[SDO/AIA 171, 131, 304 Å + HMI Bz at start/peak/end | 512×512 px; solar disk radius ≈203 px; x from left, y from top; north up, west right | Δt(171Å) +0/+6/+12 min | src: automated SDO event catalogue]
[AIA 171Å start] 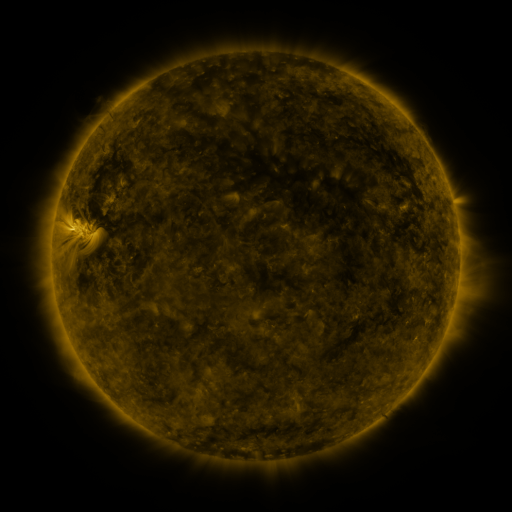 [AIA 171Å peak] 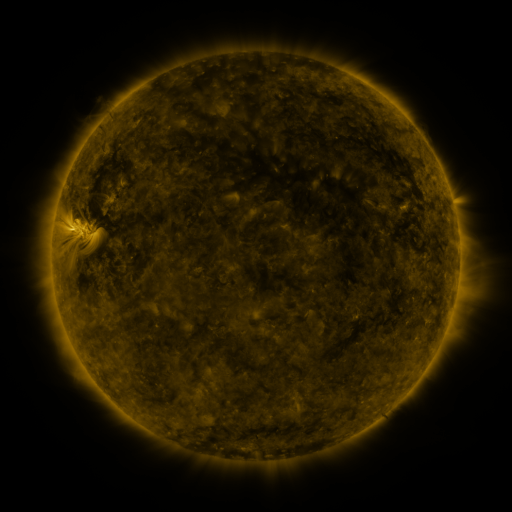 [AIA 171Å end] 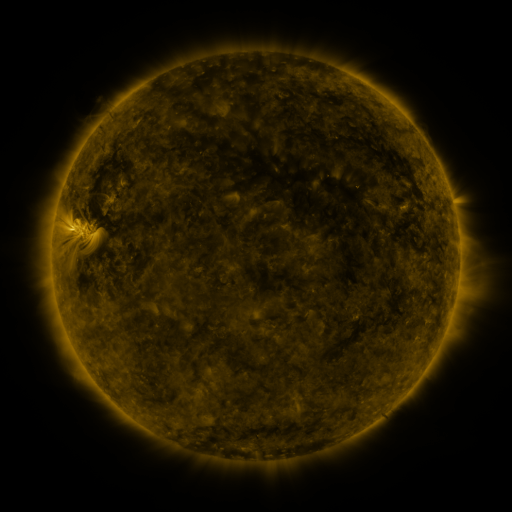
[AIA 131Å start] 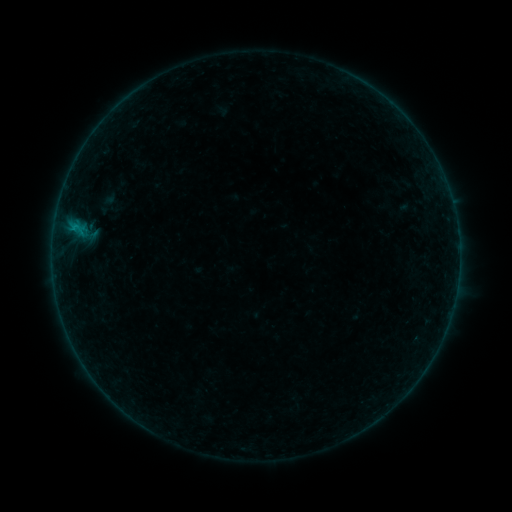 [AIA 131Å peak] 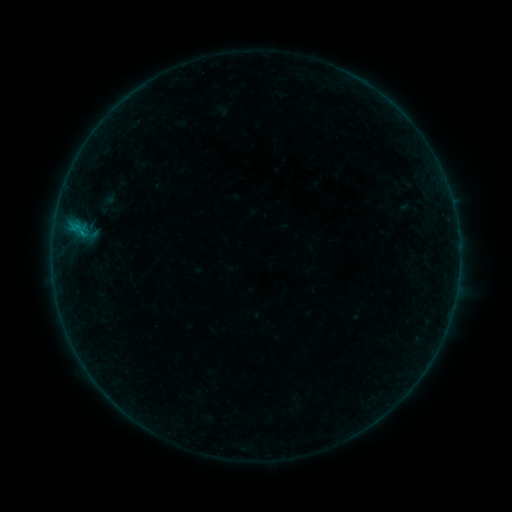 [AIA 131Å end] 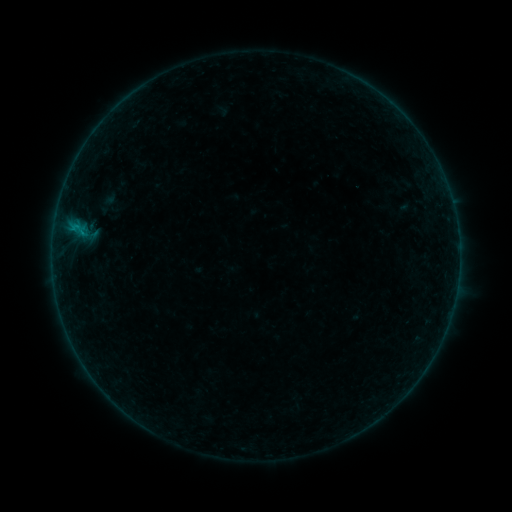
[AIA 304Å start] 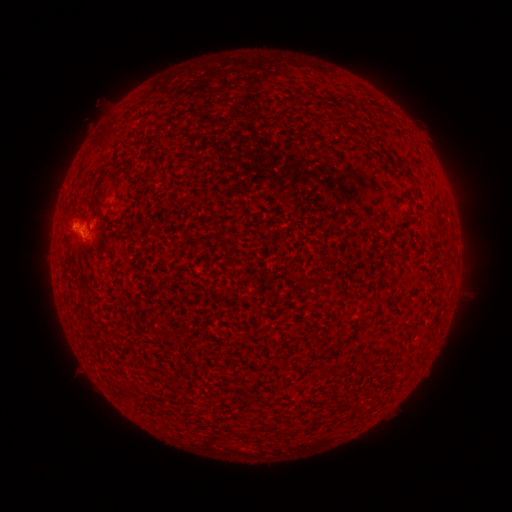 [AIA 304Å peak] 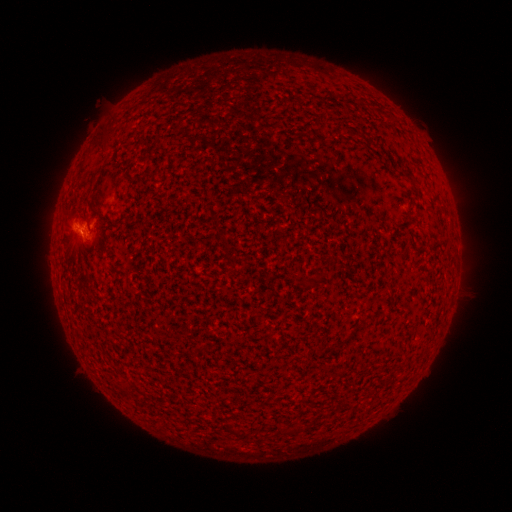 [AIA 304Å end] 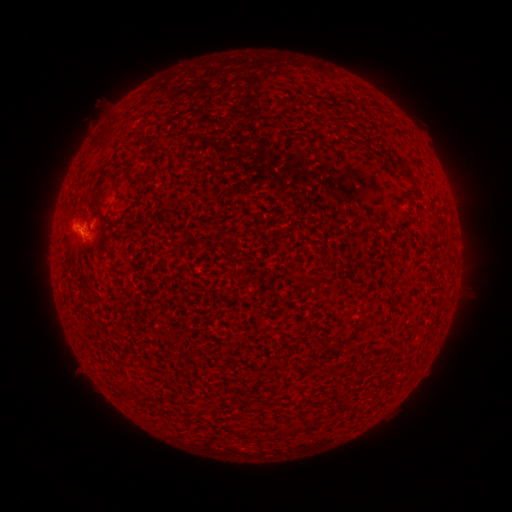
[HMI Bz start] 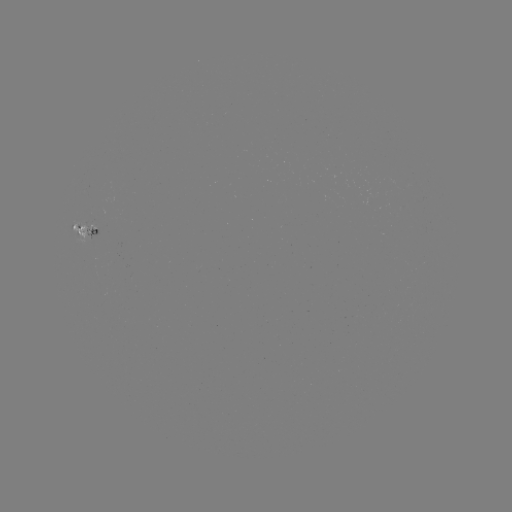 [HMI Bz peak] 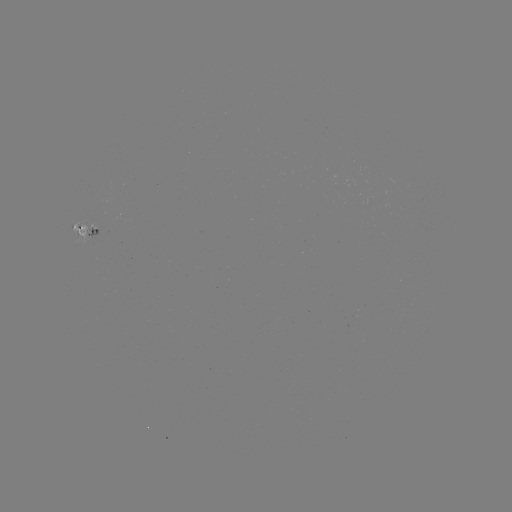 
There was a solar flare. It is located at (83, 236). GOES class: B2.4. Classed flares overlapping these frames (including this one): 1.